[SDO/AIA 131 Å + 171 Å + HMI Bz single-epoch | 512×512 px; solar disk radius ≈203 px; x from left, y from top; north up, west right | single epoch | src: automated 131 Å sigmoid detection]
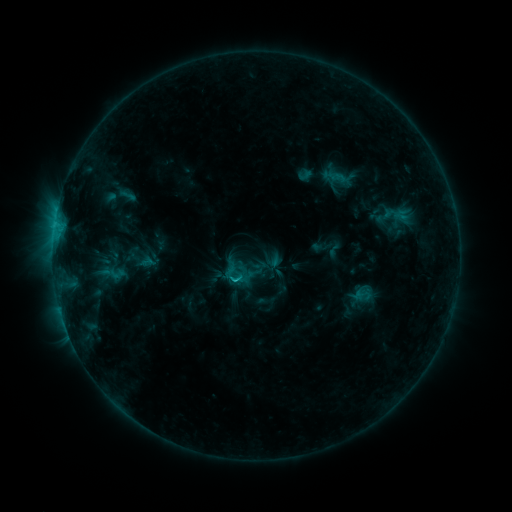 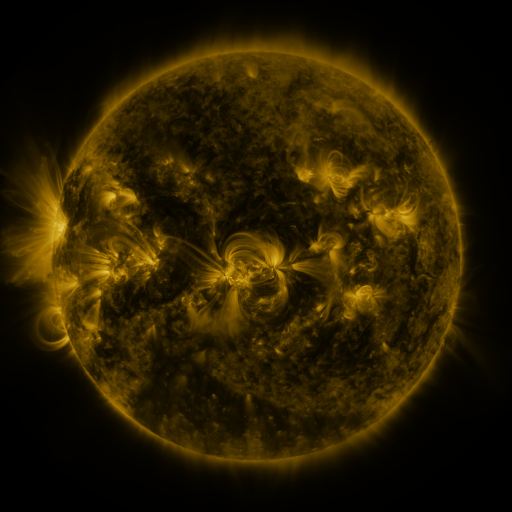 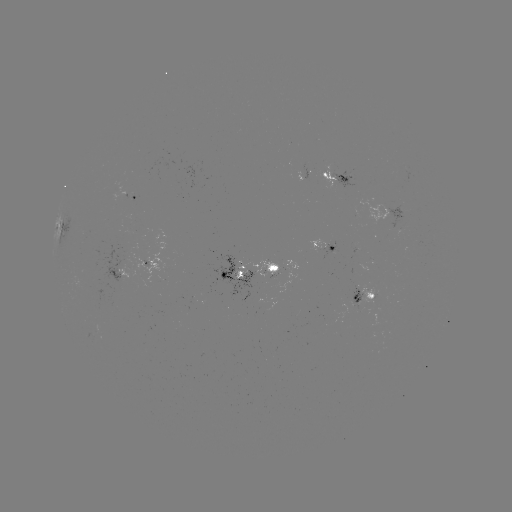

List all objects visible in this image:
sigmoid: (305, 174)
sigmoid: (116, 274)
